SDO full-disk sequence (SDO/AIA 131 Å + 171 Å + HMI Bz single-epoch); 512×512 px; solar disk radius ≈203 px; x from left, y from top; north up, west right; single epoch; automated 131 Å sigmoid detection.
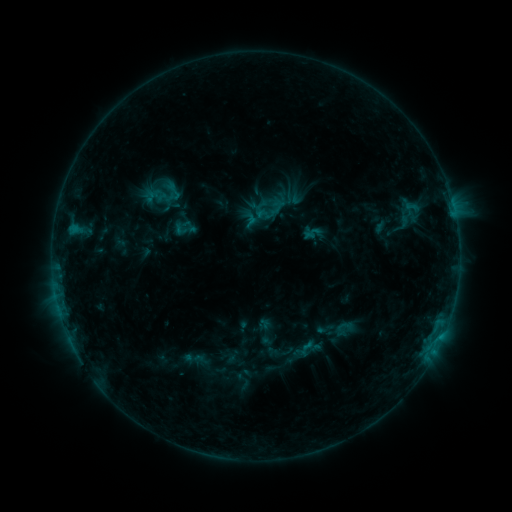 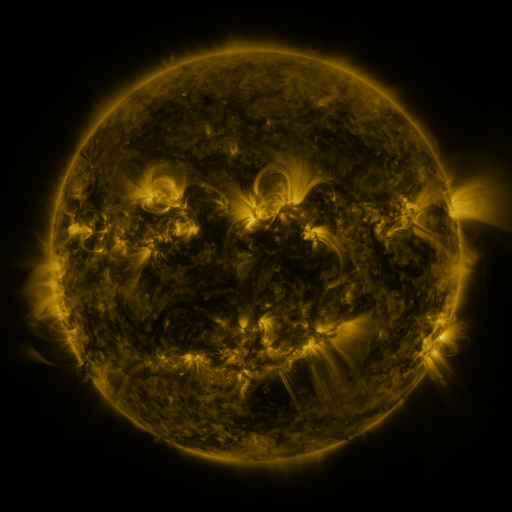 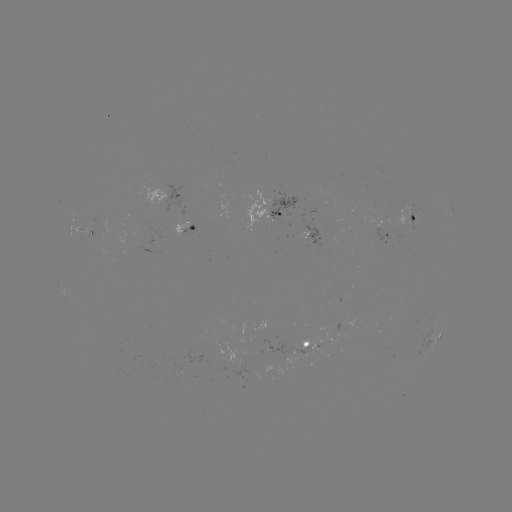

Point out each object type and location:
sigmoid: <bbox>164, 180, 184, 201</bbox>
sigmoid: <bbox>173, 216, 194, 238</bbox>
